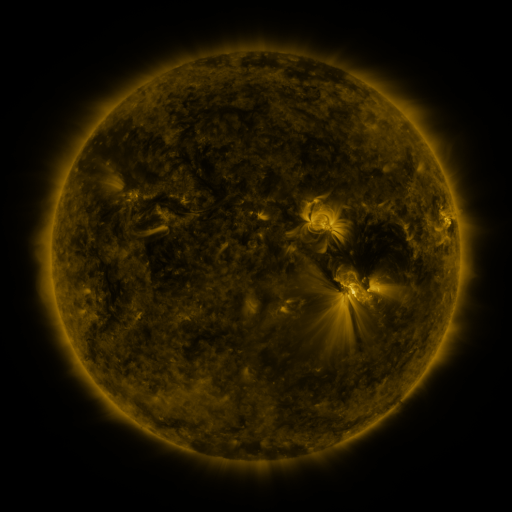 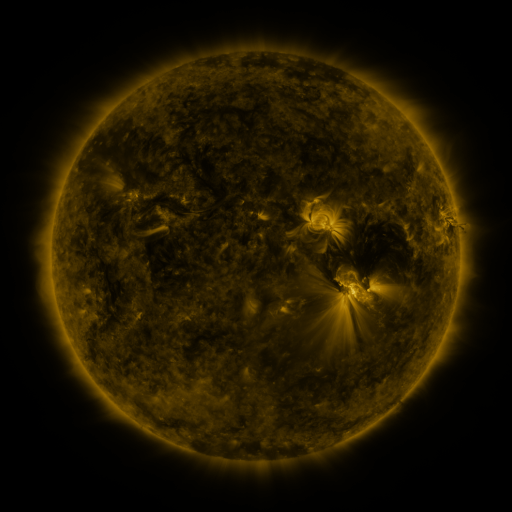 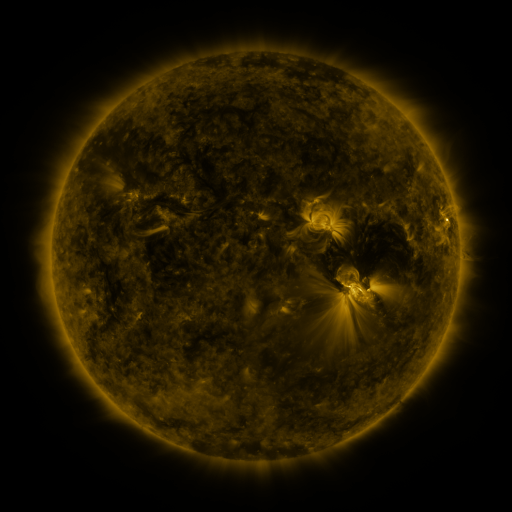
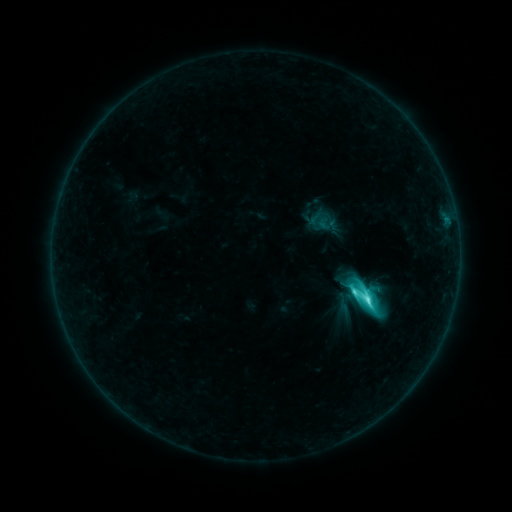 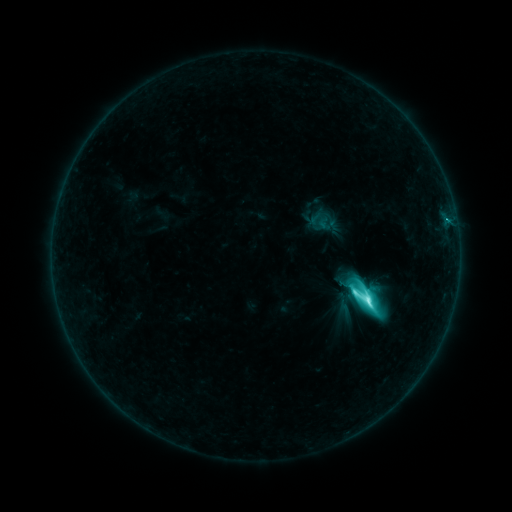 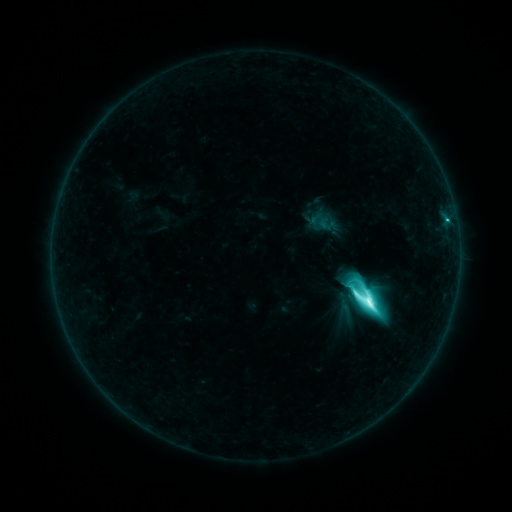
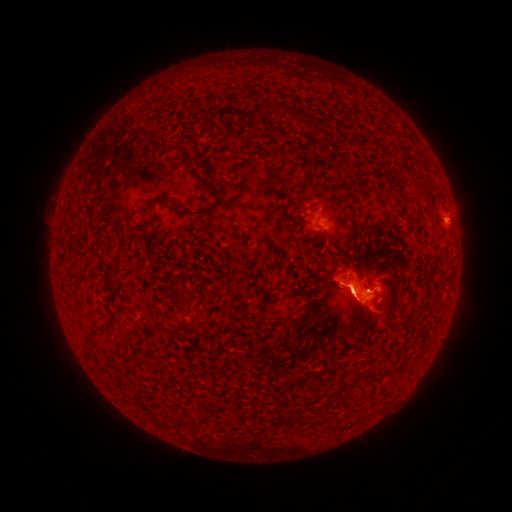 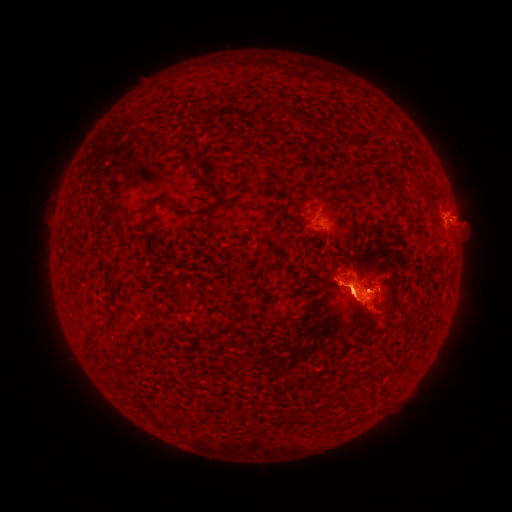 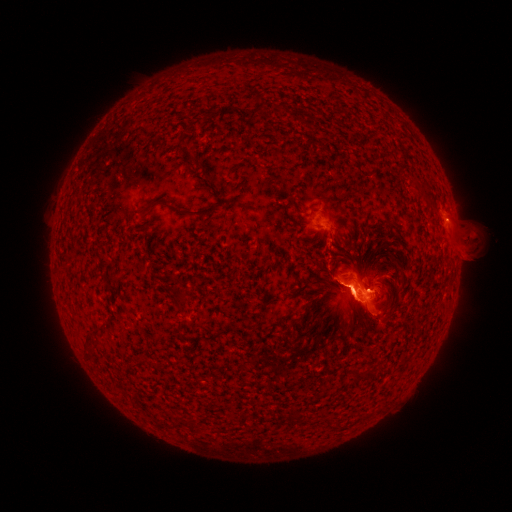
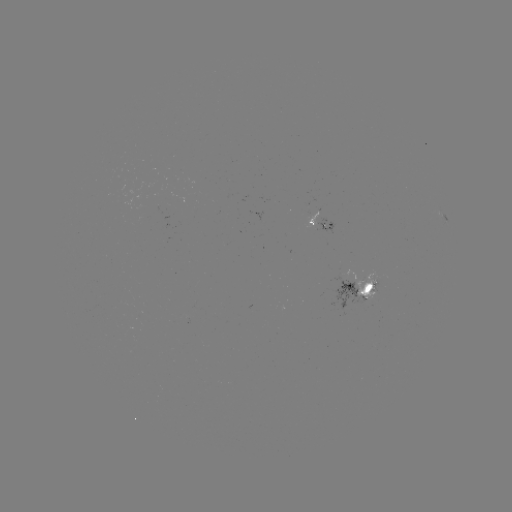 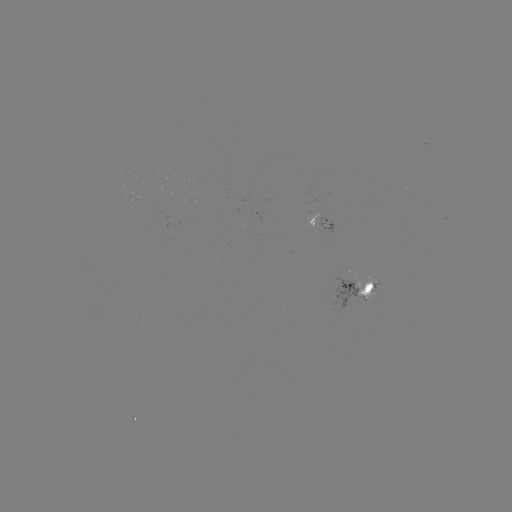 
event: eruption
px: (462, 232)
